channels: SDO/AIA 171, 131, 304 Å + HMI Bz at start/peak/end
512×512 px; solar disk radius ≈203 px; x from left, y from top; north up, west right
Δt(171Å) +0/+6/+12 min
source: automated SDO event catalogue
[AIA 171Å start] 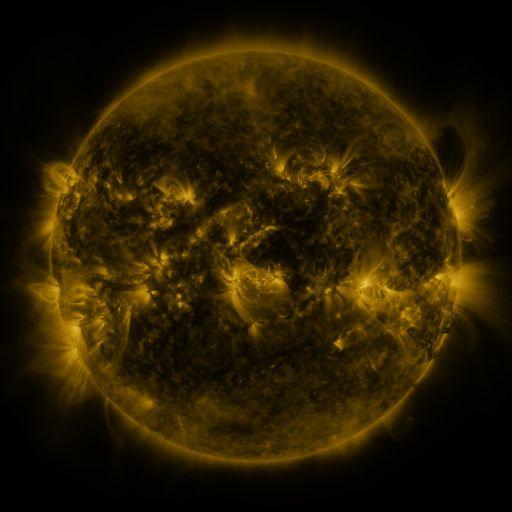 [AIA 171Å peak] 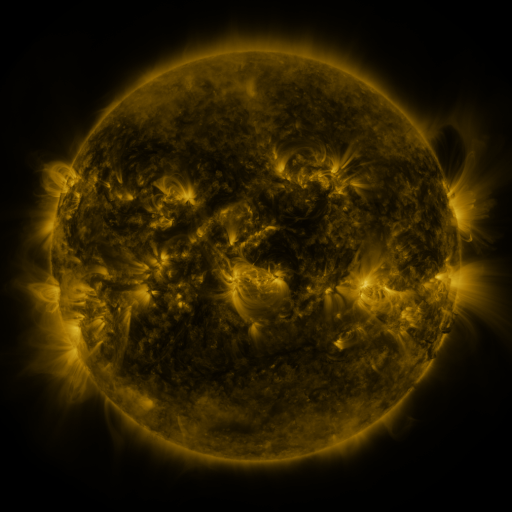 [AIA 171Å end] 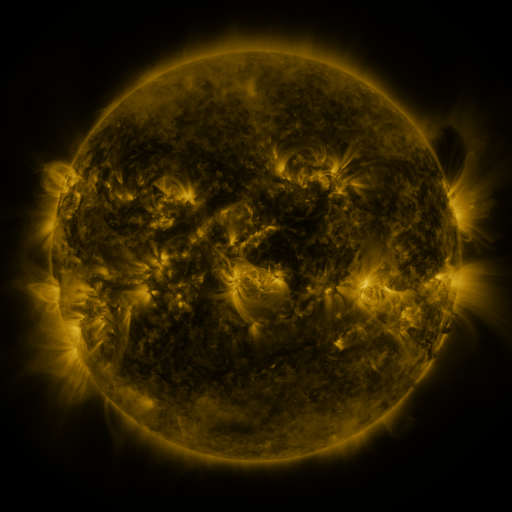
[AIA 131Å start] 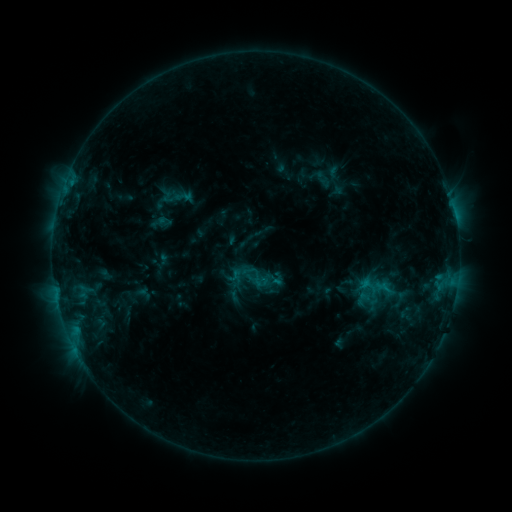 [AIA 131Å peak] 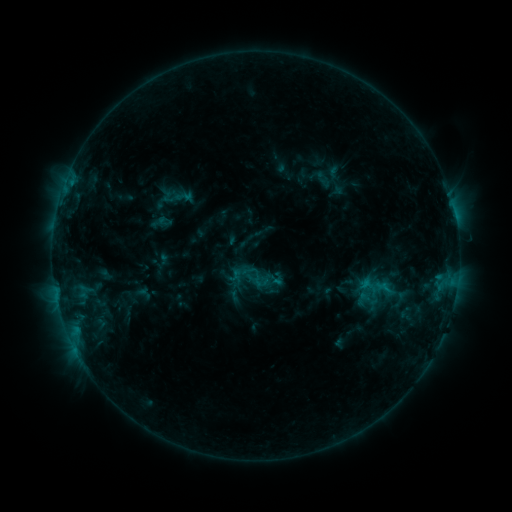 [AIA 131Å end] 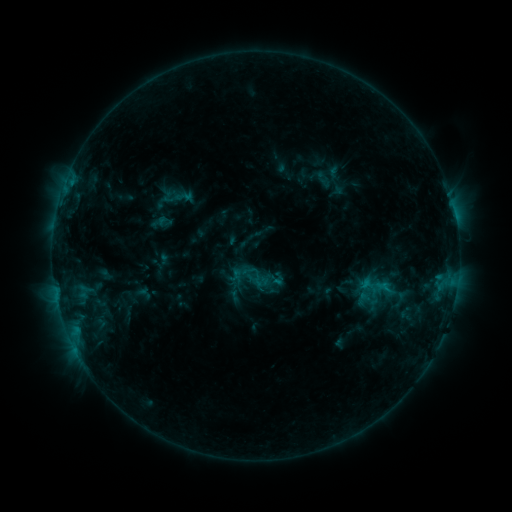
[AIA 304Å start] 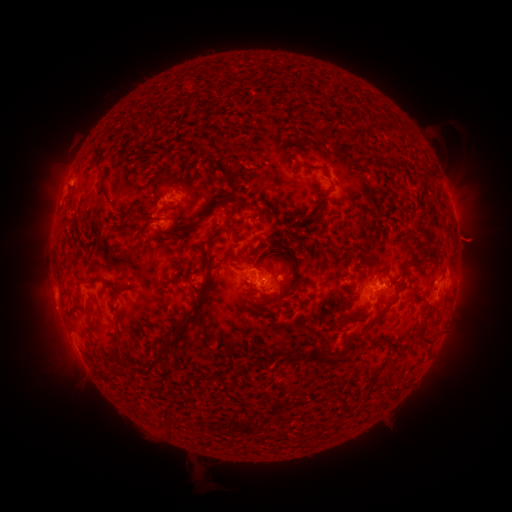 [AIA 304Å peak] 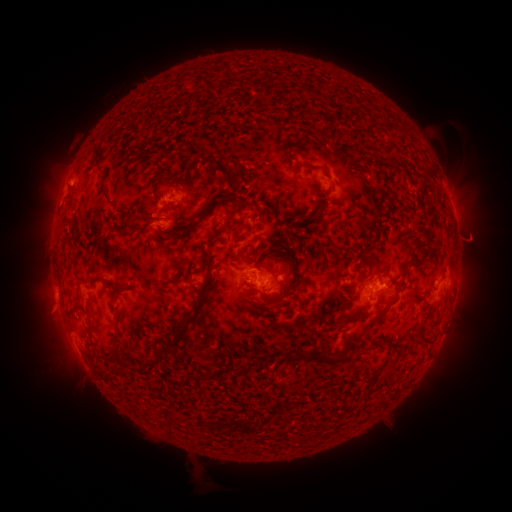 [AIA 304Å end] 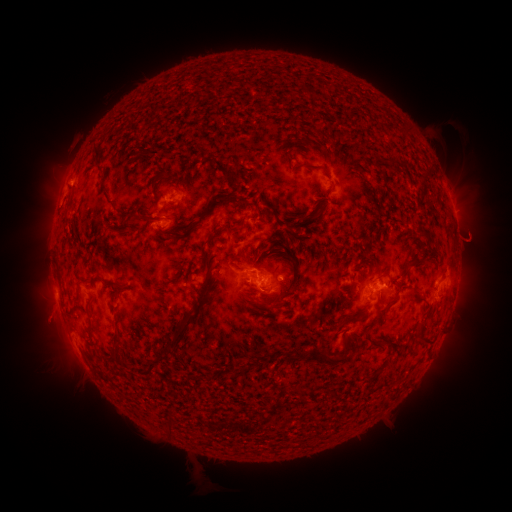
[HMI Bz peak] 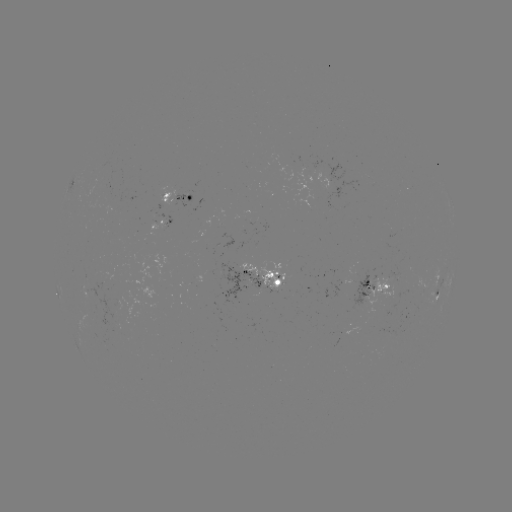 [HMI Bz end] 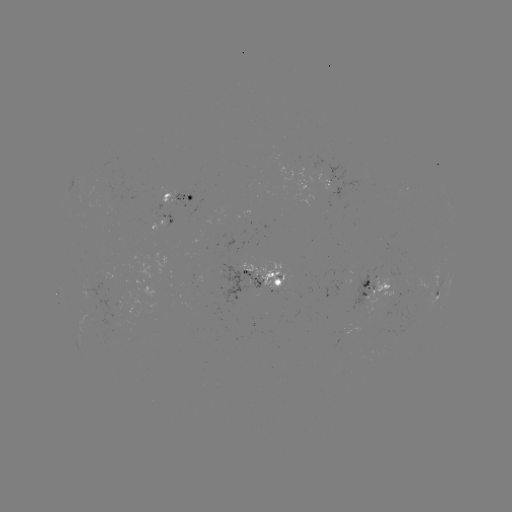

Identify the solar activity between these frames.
eruption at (54, 311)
